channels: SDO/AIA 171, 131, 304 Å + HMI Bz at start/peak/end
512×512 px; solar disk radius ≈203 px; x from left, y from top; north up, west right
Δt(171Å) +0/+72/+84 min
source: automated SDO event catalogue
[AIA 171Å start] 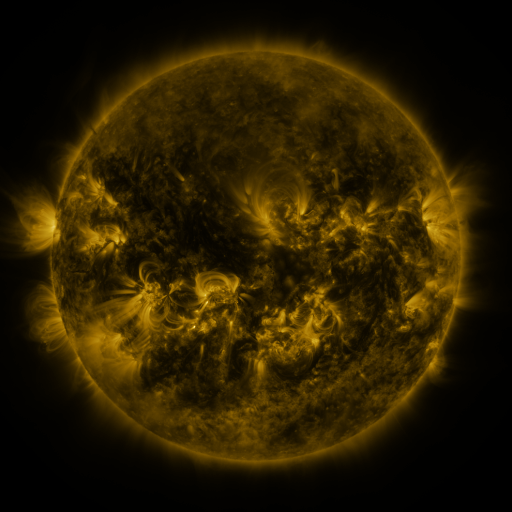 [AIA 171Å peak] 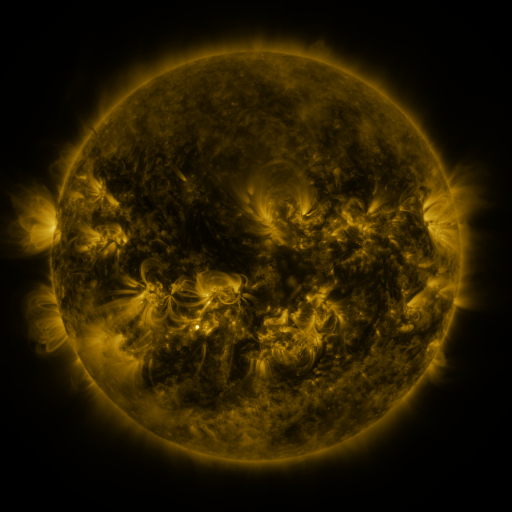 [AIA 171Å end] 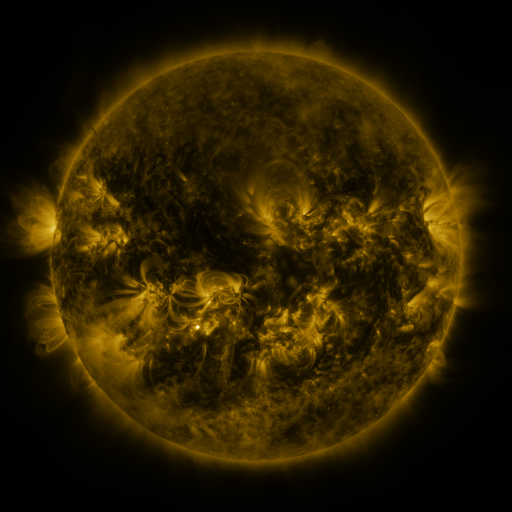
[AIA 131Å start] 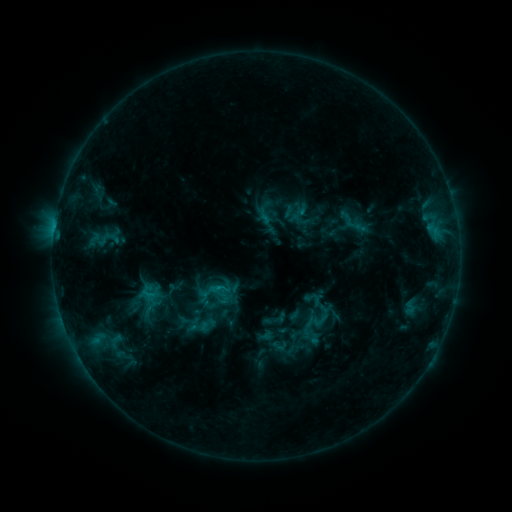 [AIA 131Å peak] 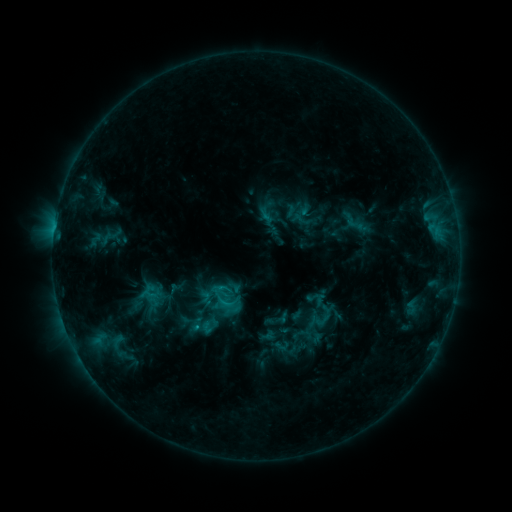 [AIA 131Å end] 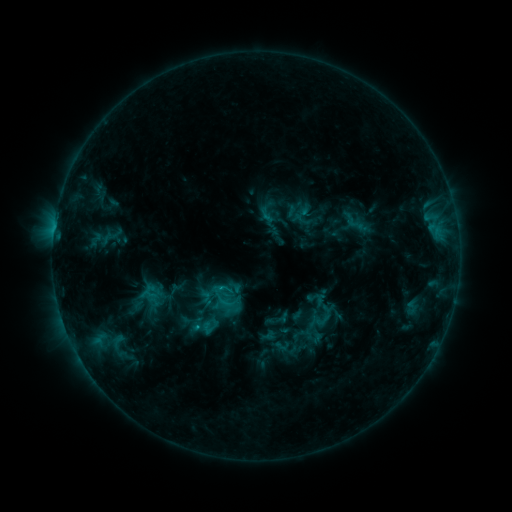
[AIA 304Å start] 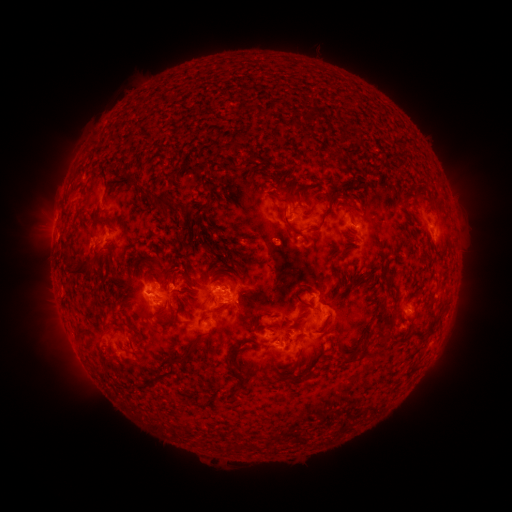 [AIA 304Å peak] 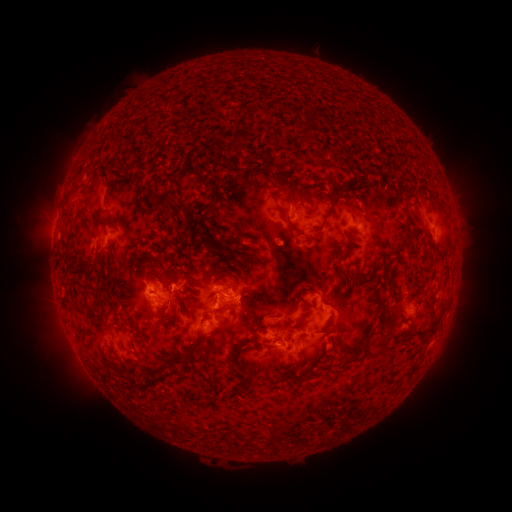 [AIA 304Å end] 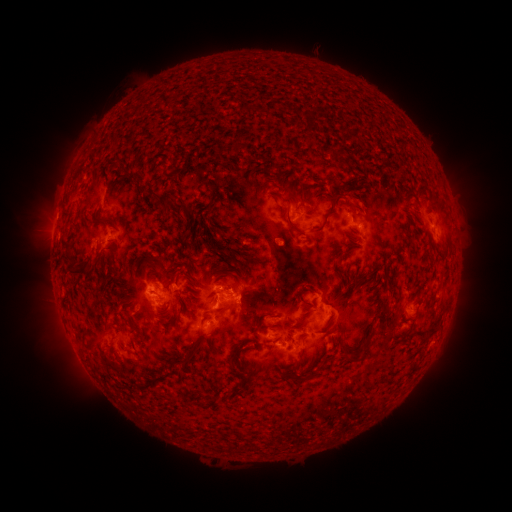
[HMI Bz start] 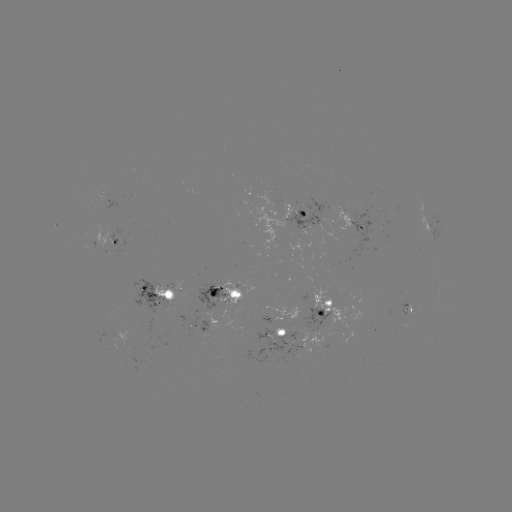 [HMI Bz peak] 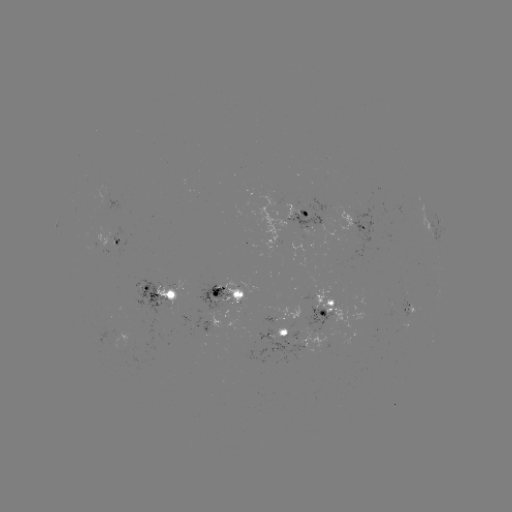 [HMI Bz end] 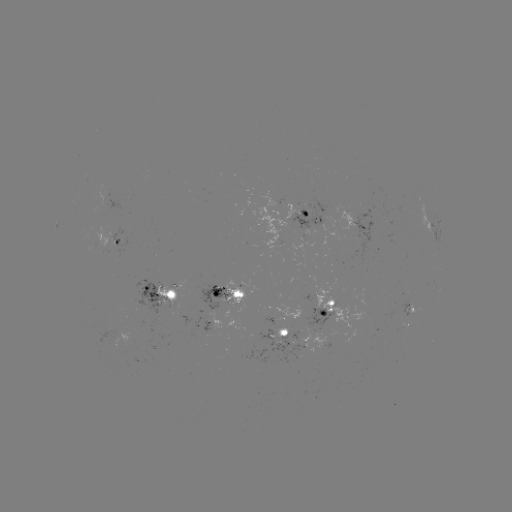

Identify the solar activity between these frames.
emerging-flux region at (237, 288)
